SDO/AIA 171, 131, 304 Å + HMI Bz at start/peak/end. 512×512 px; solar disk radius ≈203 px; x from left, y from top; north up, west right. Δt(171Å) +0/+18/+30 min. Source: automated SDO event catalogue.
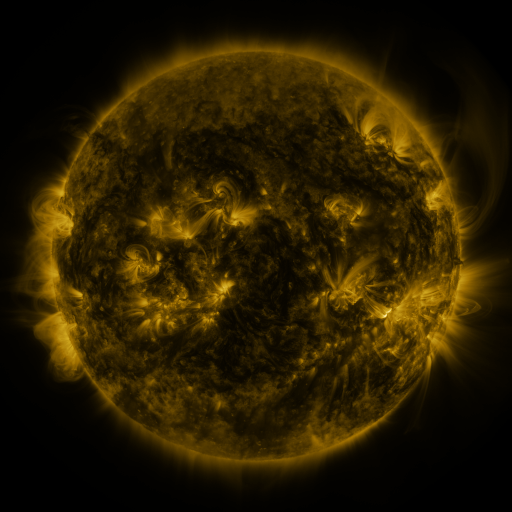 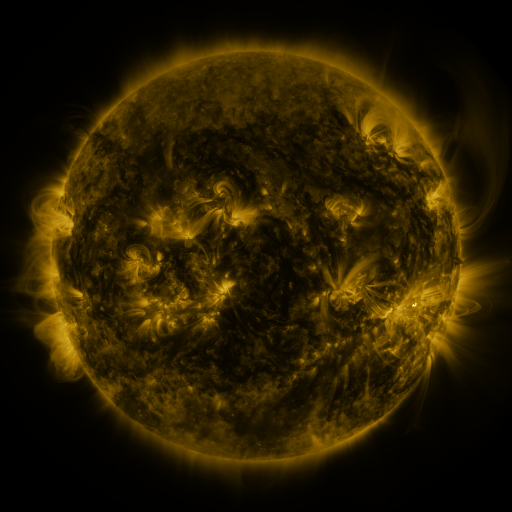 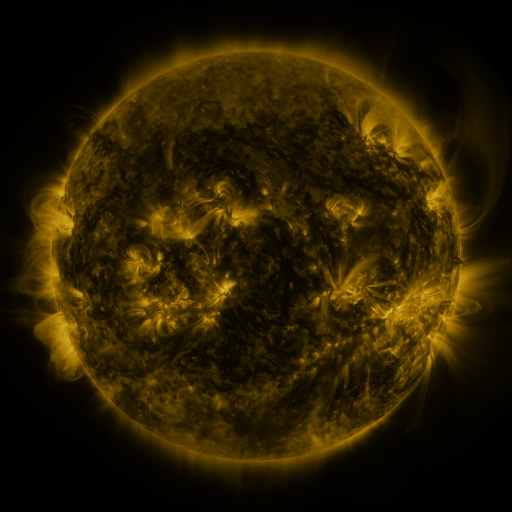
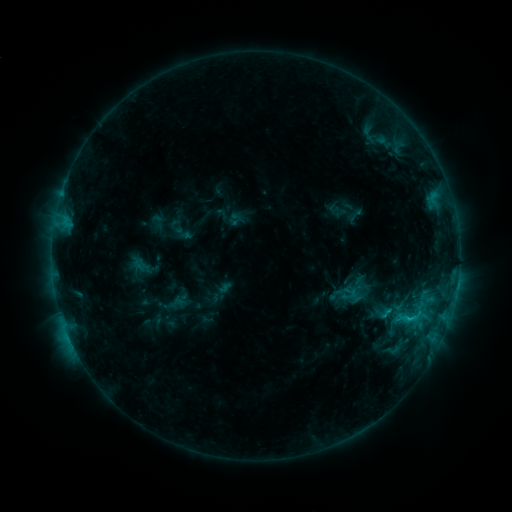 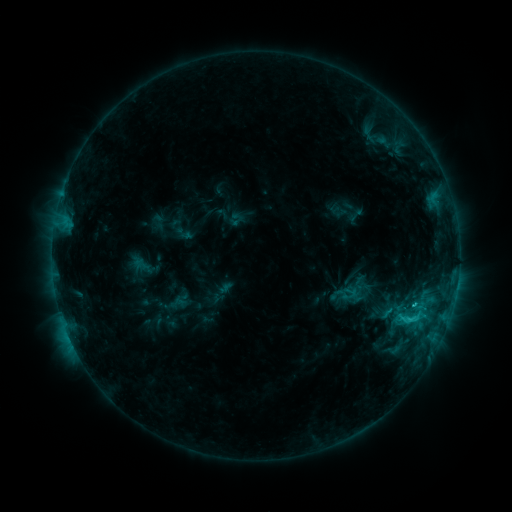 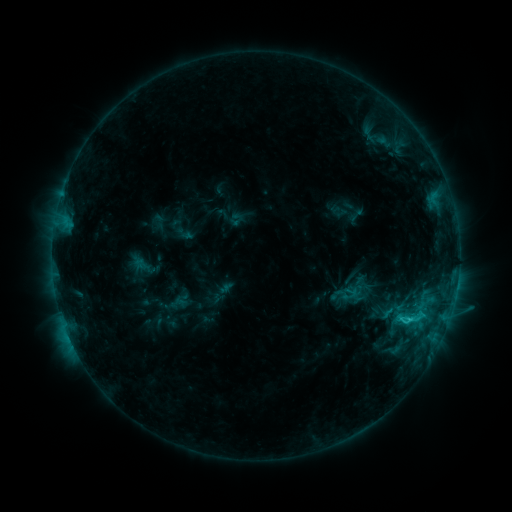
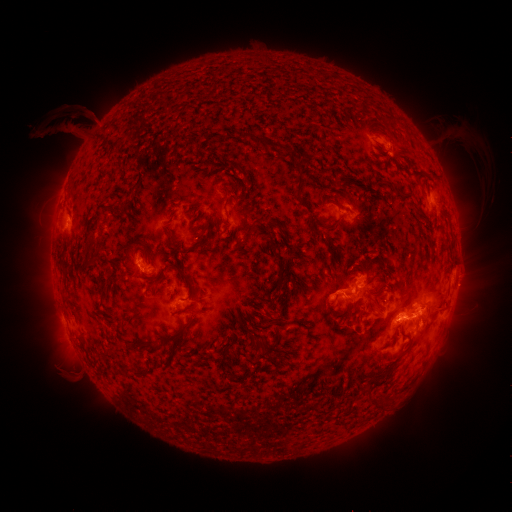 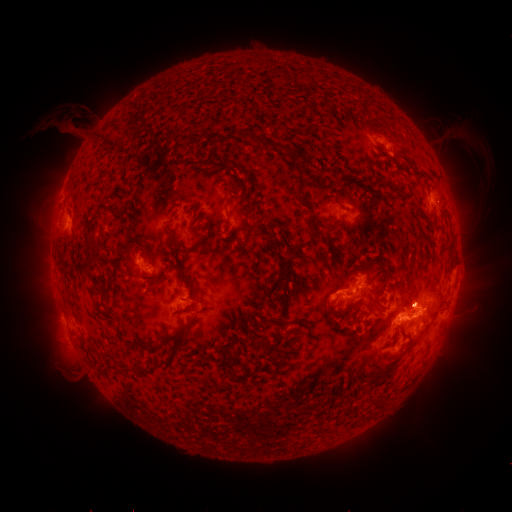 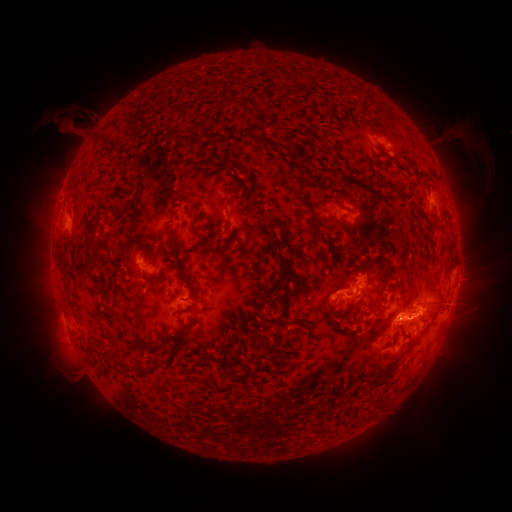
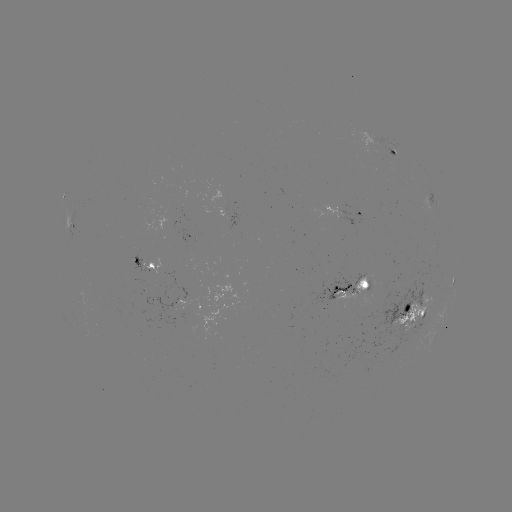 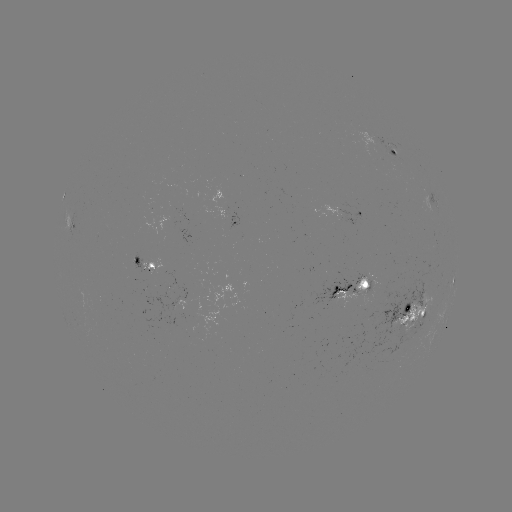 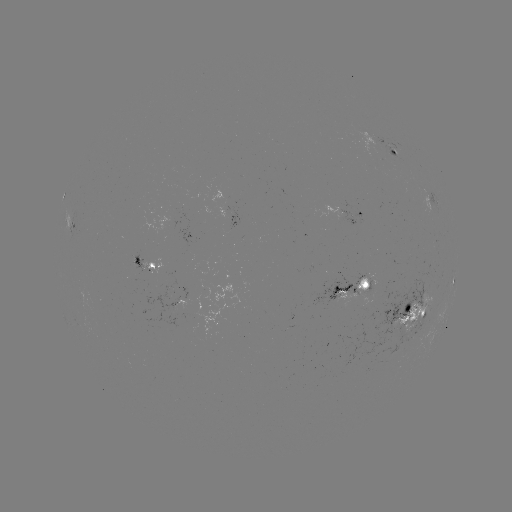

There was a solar flare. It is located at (403, 318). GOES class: C3.1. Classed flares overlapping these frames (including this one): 1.